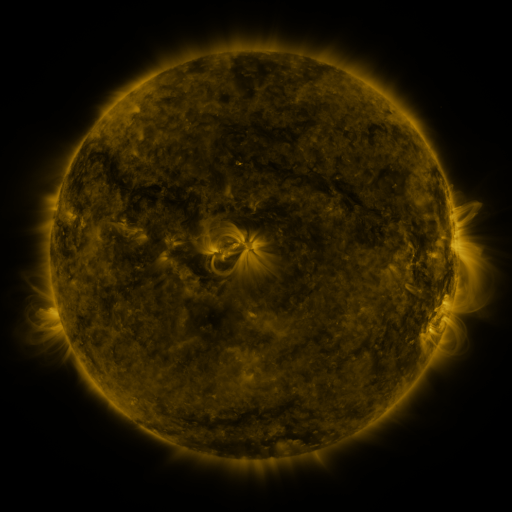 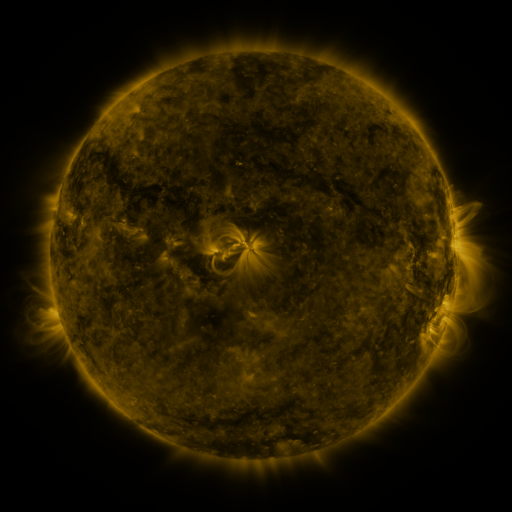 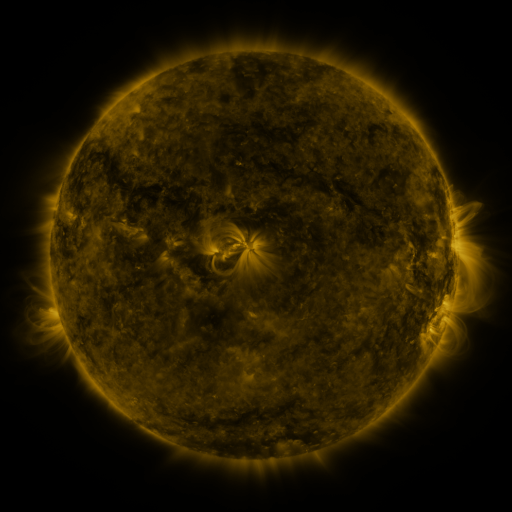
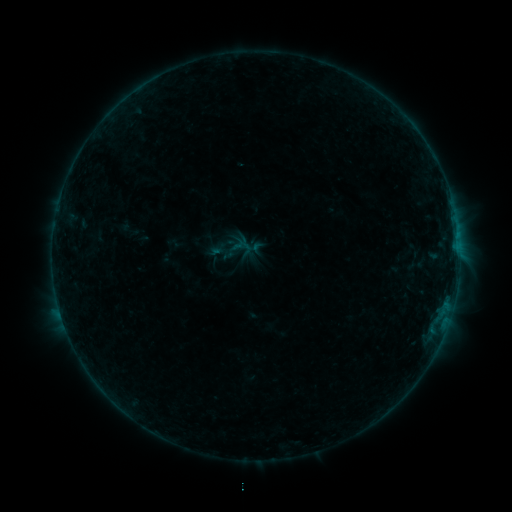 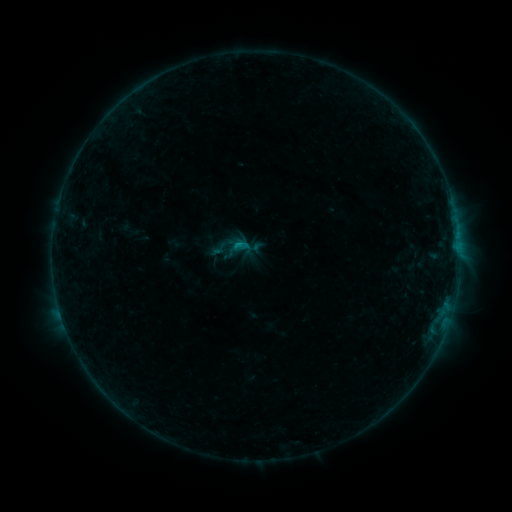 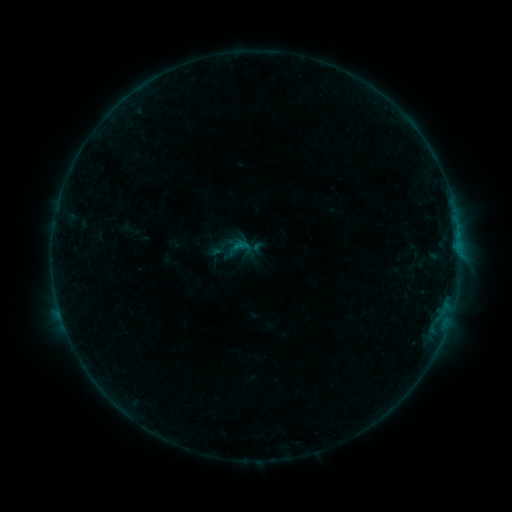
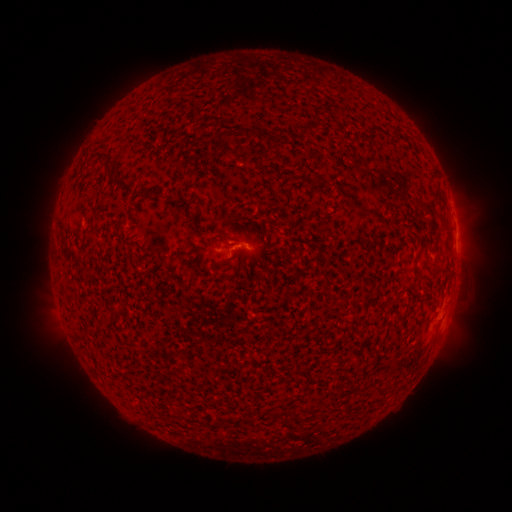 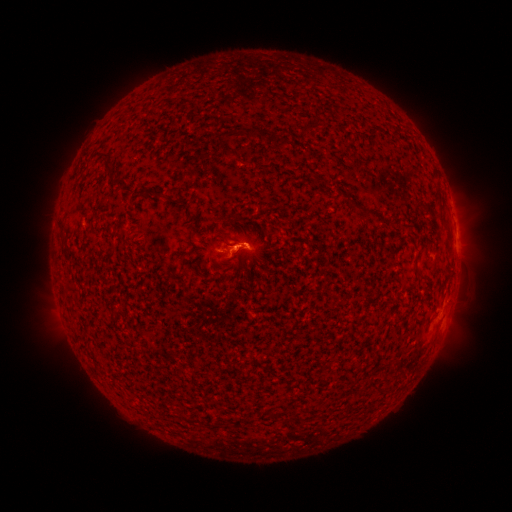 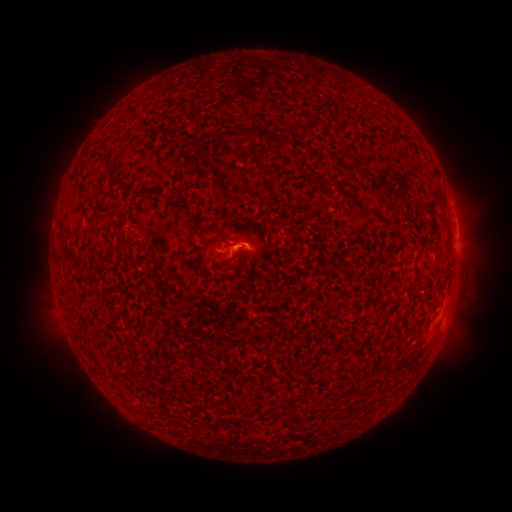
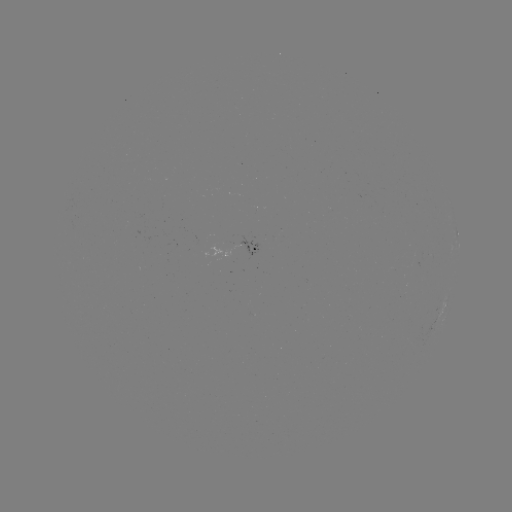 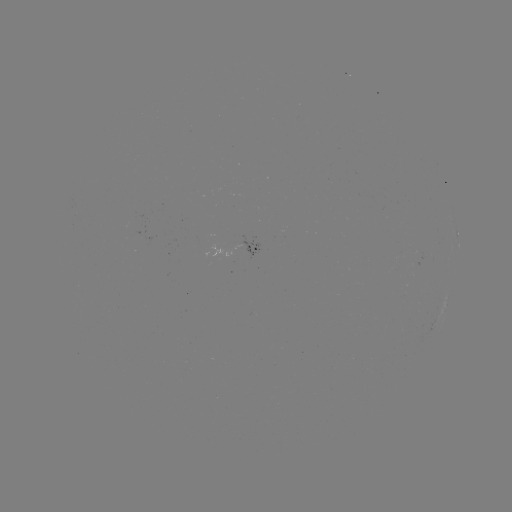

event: flare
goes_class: B4.4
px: (241, 248)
